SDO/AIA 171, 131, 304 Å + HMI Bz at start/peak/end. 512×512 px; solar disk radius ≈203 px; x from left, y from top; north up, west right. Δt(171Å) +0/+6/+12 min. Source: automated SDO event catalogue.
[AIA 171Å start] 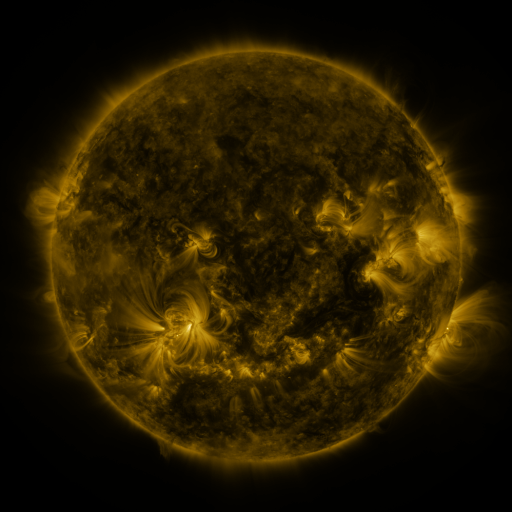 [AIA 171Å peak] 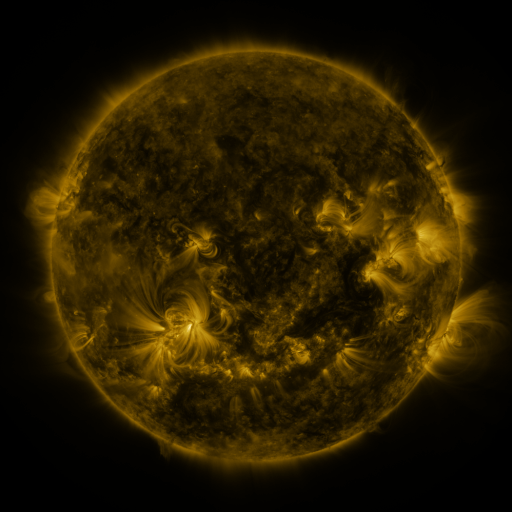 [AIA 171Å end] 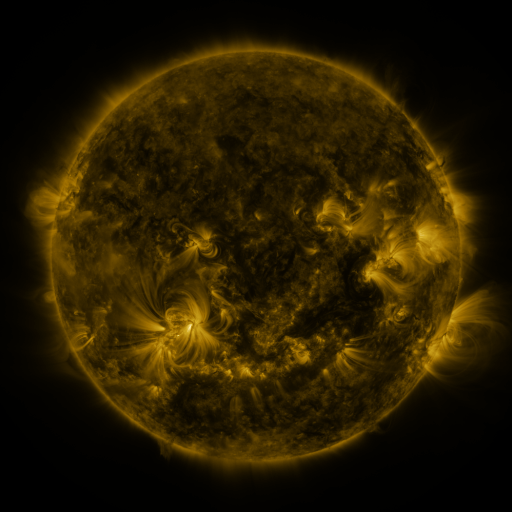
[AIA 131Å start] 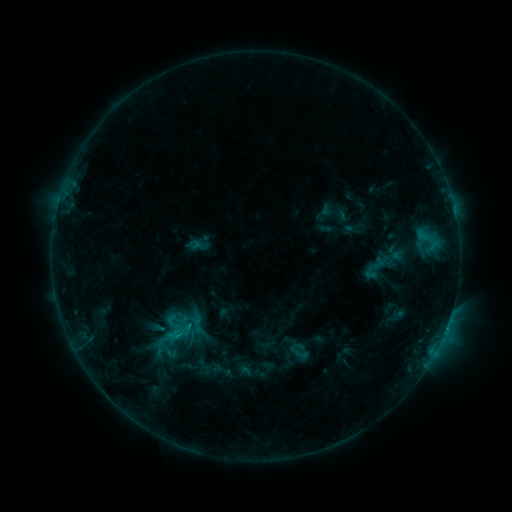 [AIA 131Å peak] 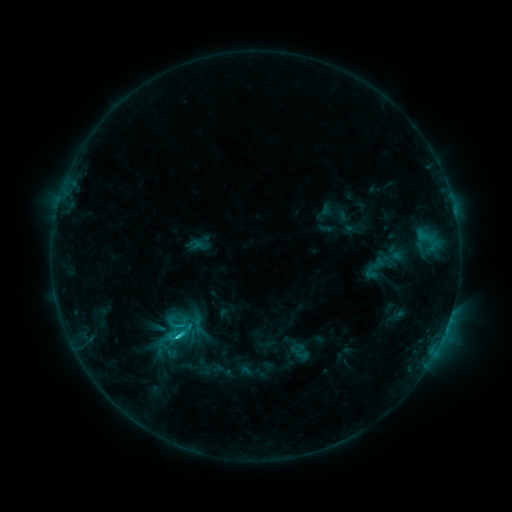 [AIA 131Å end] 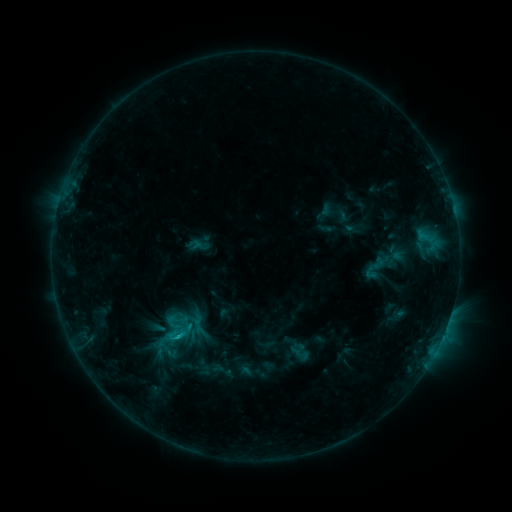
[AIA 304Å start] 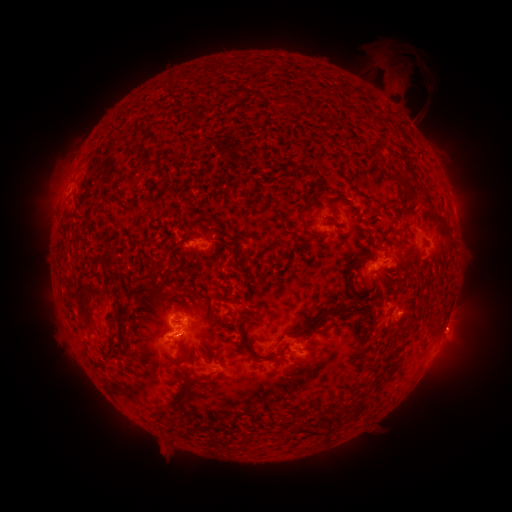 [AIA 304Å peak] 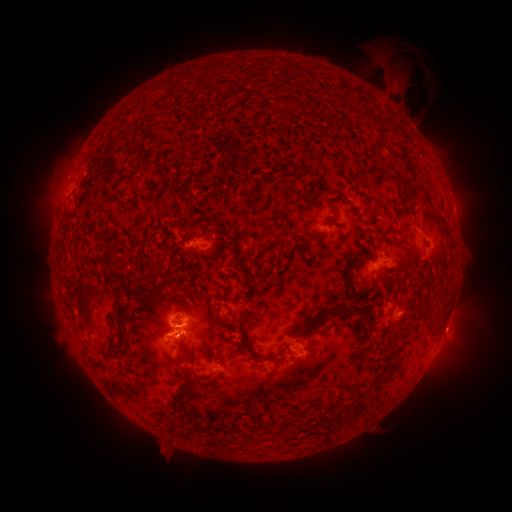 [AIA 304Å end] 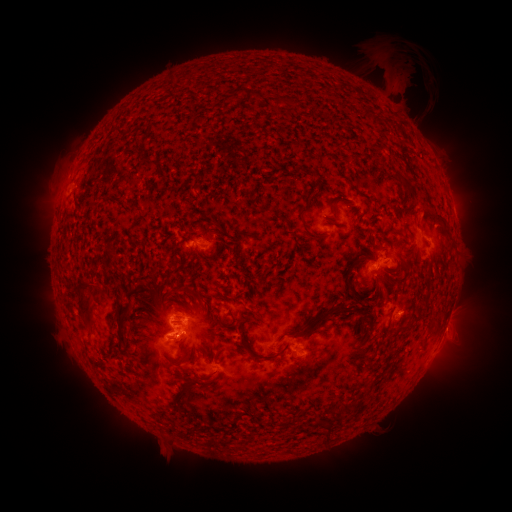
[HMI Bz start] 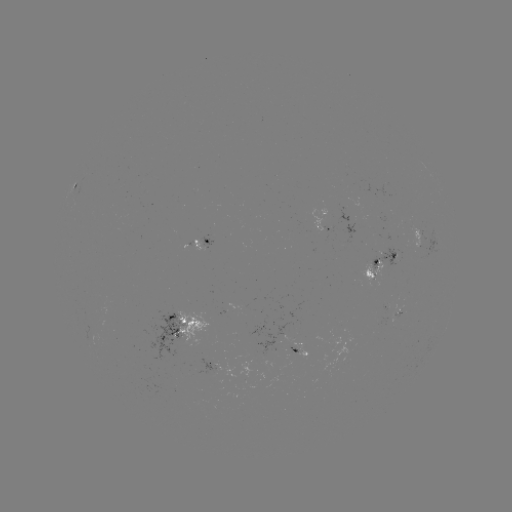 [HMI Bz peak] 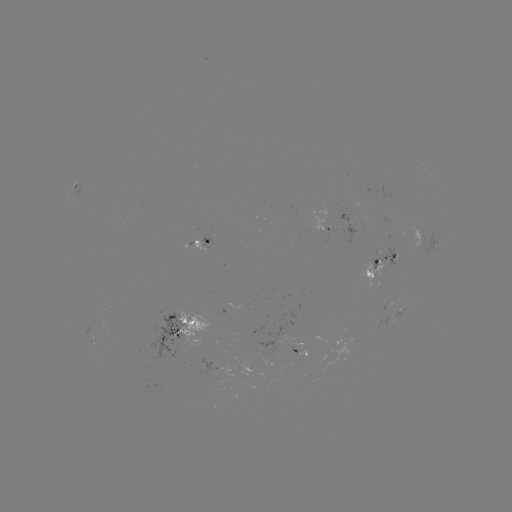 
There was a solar flare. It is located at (179, 334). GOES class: C1.5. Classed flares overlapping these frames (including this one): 1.